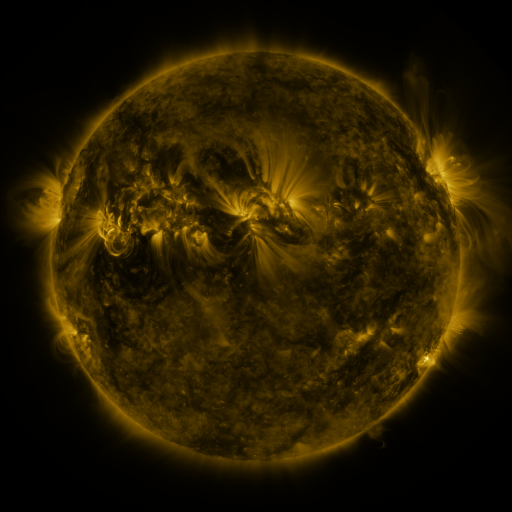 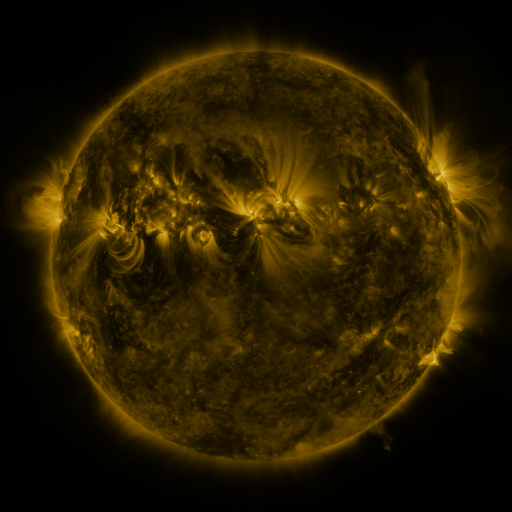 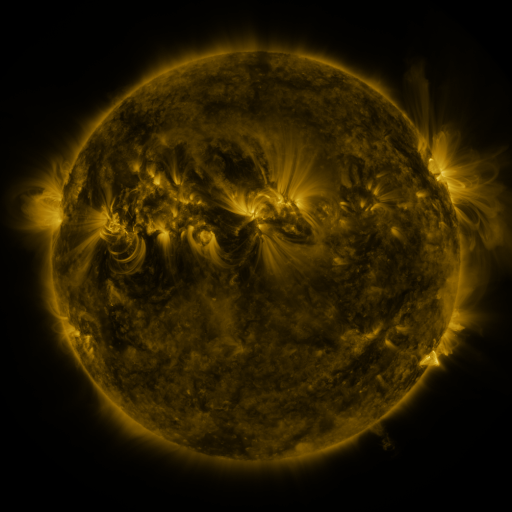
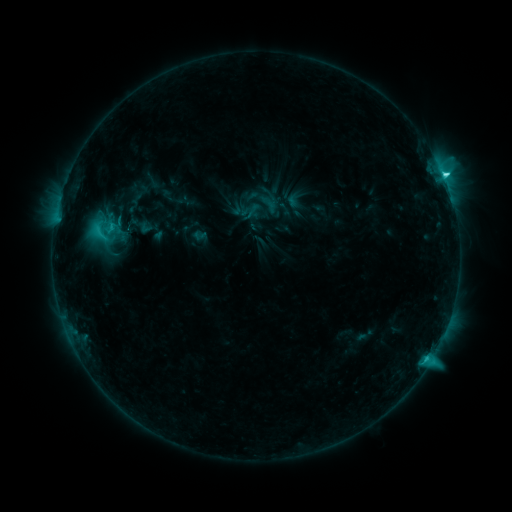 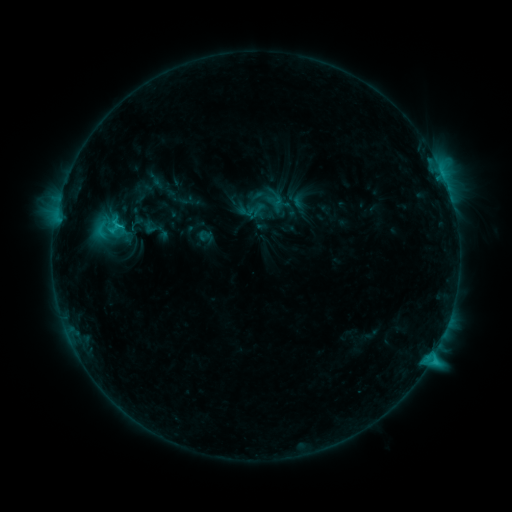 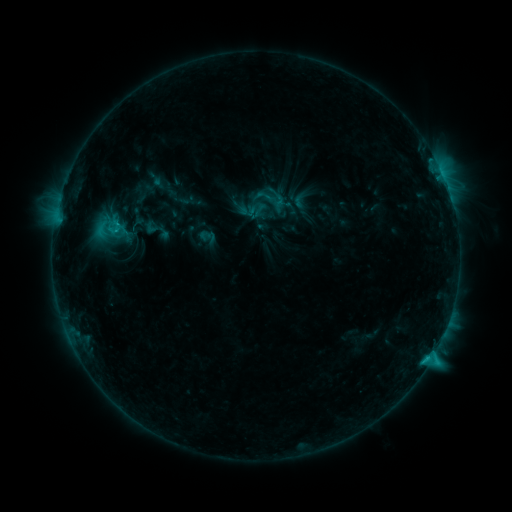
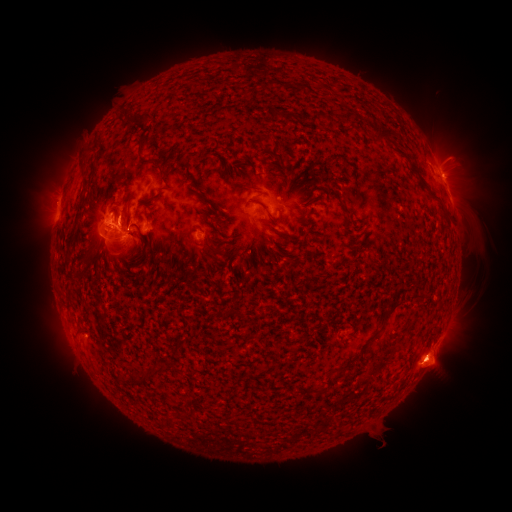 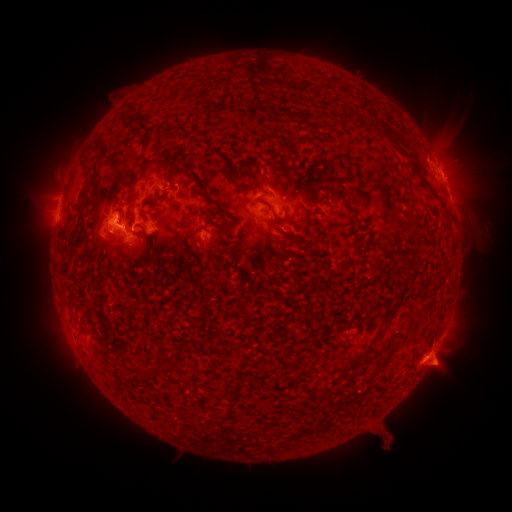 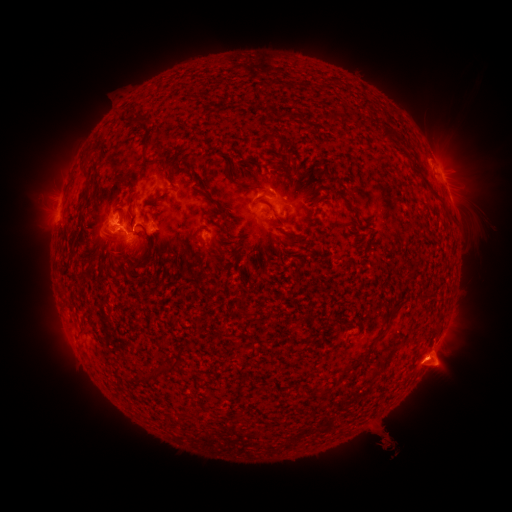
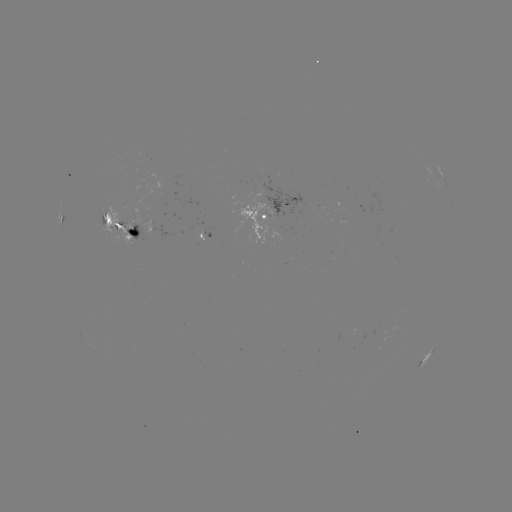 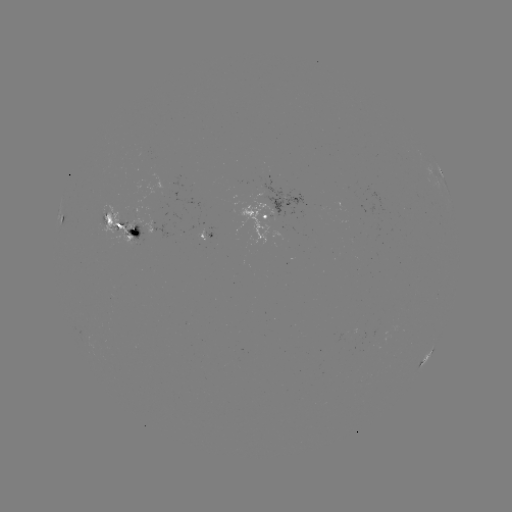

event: emerging-flux region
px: (202, 229)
